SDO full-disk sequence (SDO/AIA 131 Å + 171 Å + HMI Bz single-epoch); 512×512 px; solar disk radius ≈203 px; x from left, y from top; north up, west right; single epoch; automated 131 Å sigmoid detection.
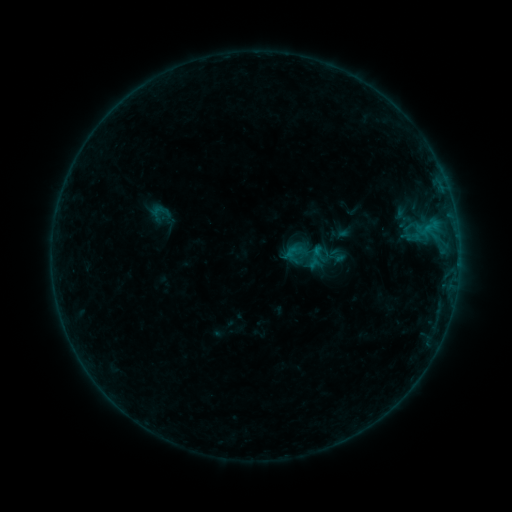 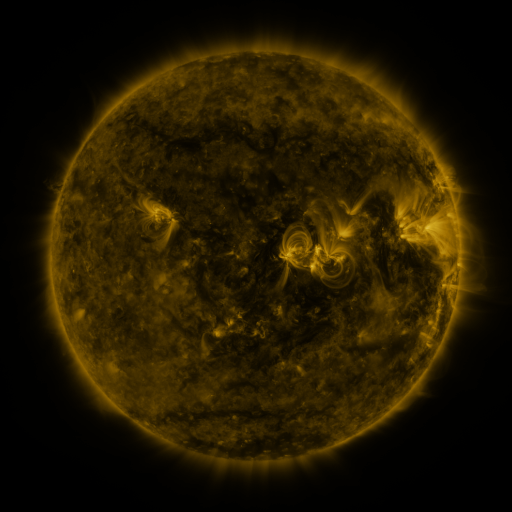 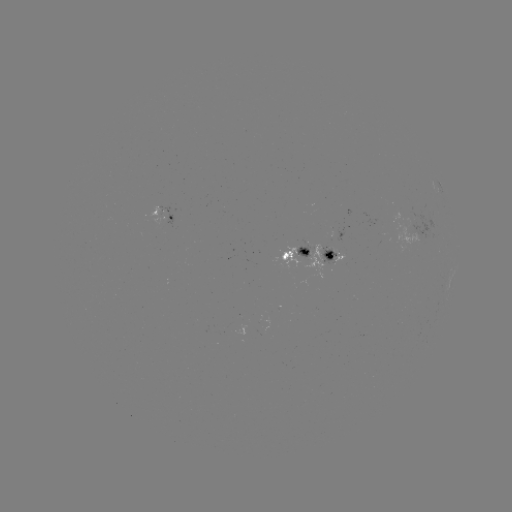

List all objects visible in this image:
sigmoid: <bbox>282, 242, 307, 266</bbox>
